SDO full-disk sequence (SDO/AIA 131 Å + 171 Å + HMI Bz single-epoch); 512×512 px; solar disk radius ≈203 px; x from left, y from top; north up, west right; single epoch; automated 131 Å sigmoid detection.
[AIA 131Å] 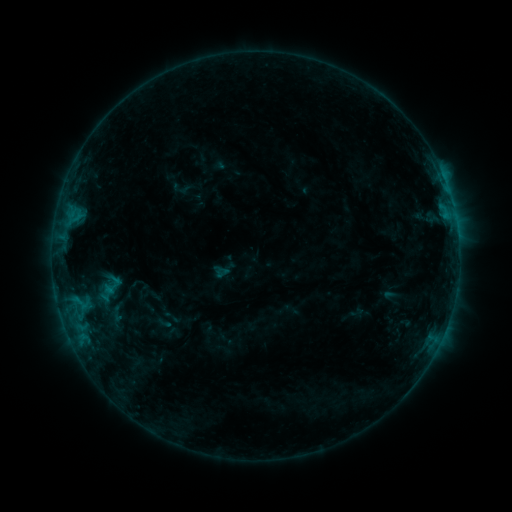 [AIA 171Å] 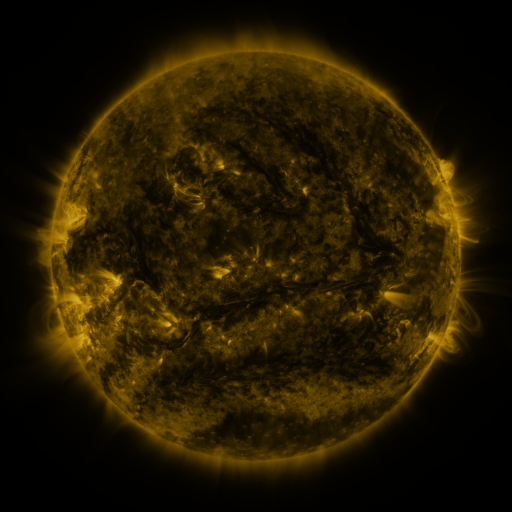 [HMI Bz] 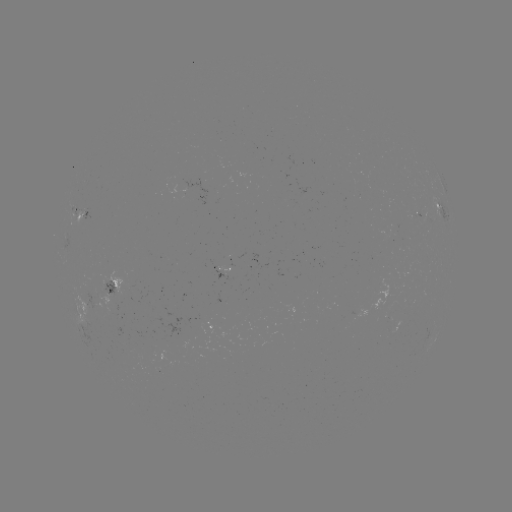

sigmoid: [103, 304, 130, 323]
